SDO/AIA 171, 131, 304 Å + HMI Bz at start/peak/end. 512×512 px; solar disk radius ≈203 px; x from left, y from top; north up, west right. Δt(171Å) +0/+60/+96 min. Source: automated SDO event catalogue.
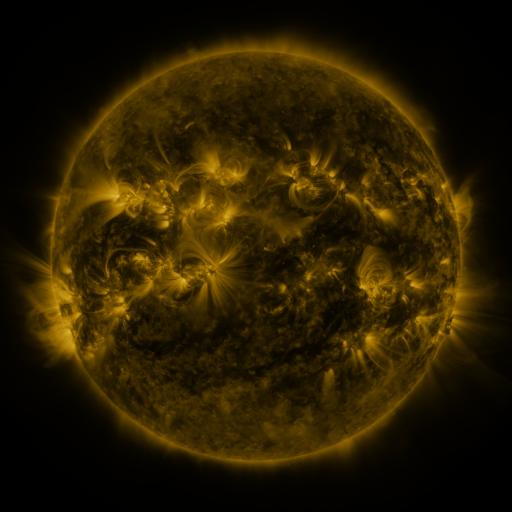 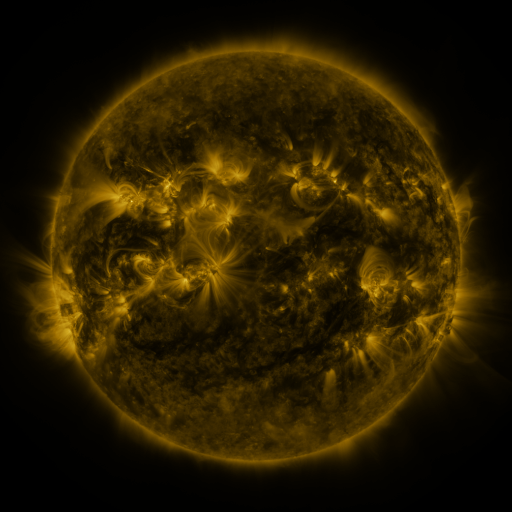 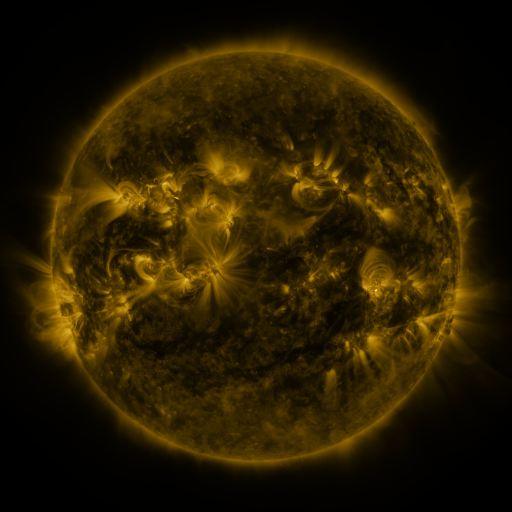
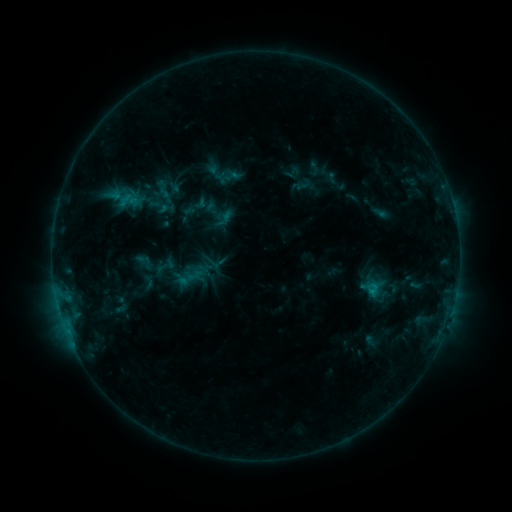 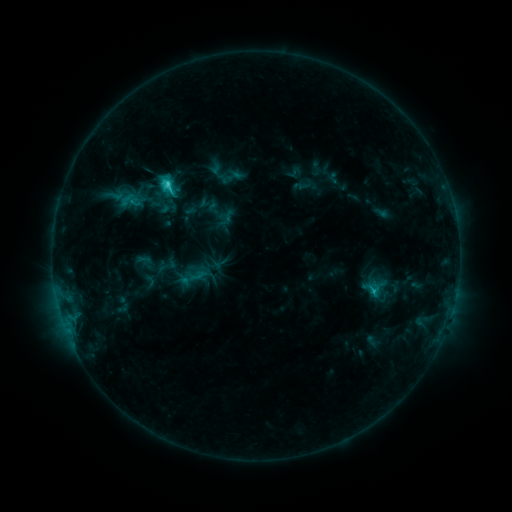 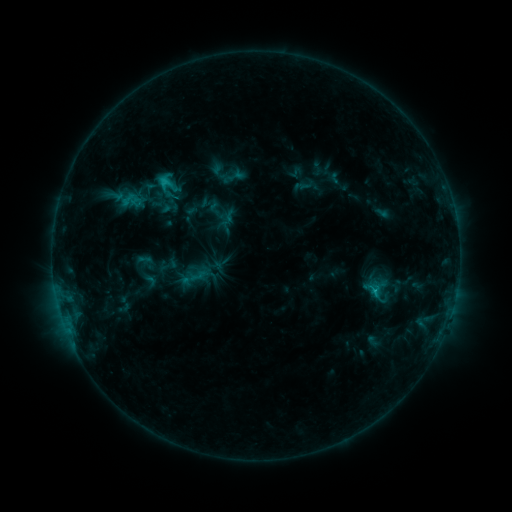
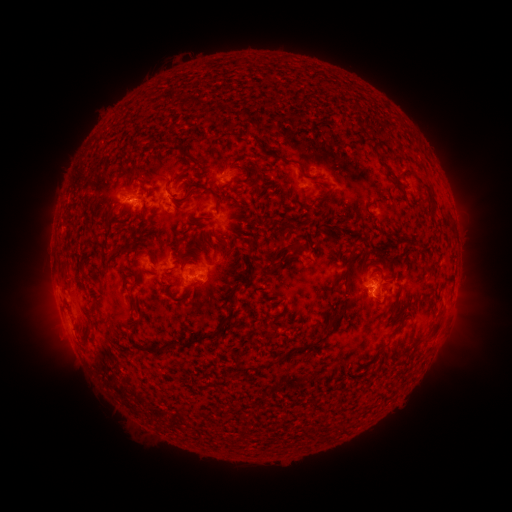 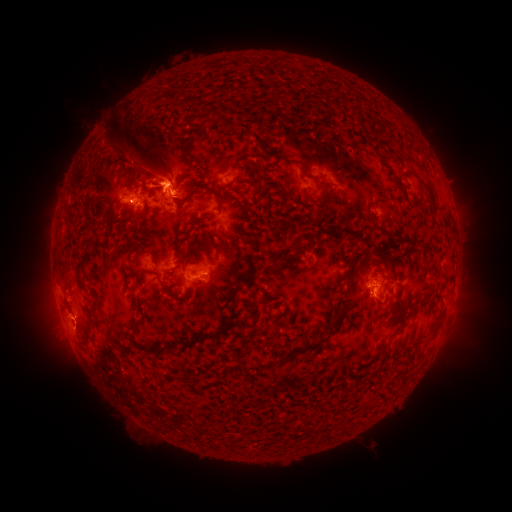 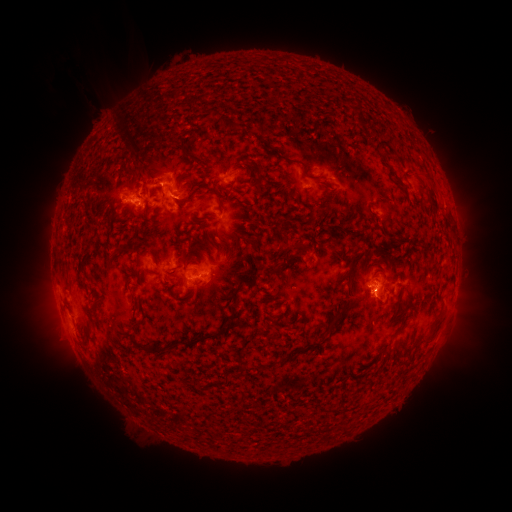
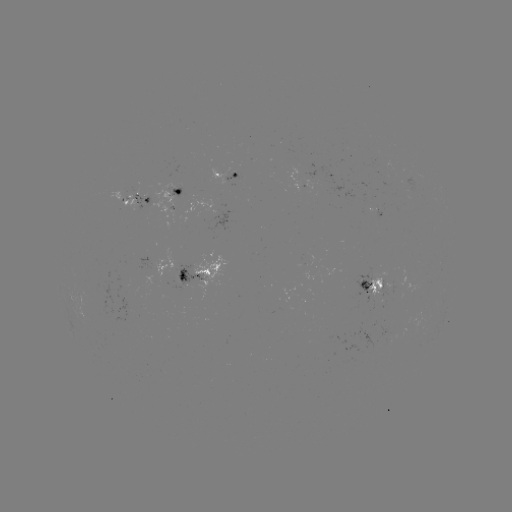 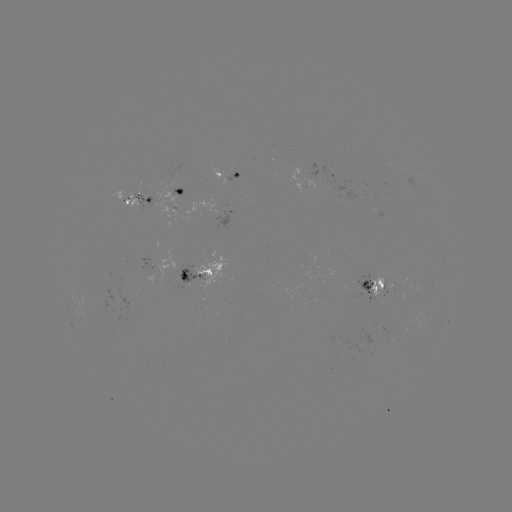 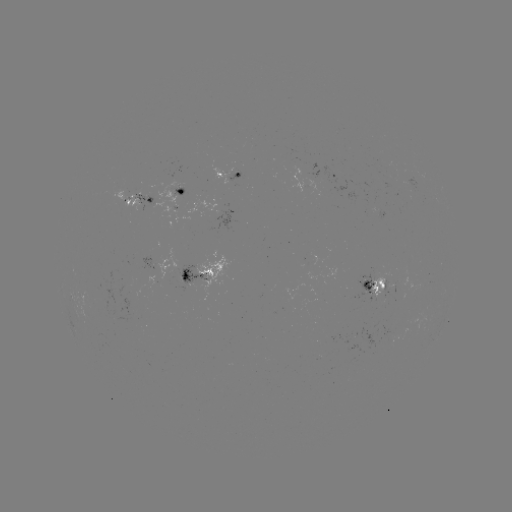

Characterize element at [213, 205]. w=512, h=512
emerging-flux region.